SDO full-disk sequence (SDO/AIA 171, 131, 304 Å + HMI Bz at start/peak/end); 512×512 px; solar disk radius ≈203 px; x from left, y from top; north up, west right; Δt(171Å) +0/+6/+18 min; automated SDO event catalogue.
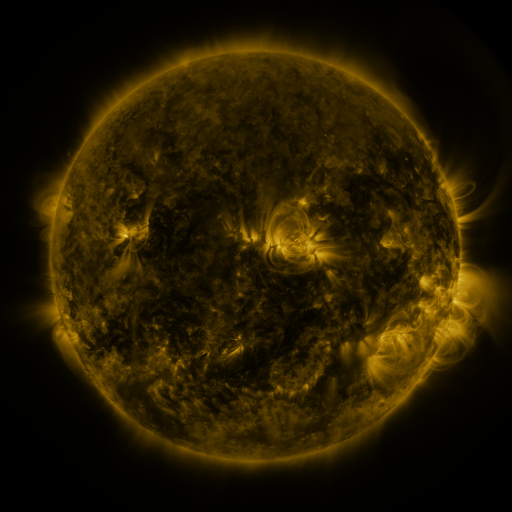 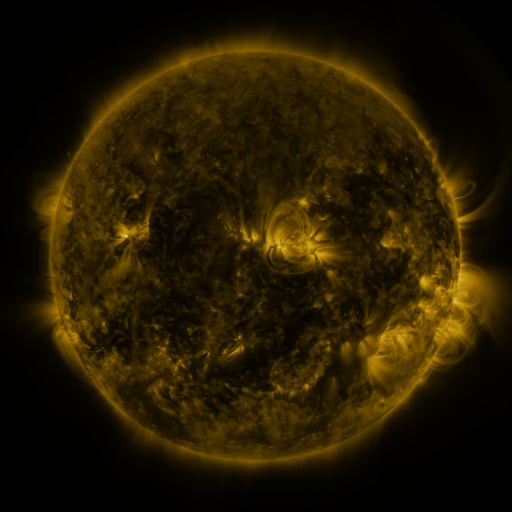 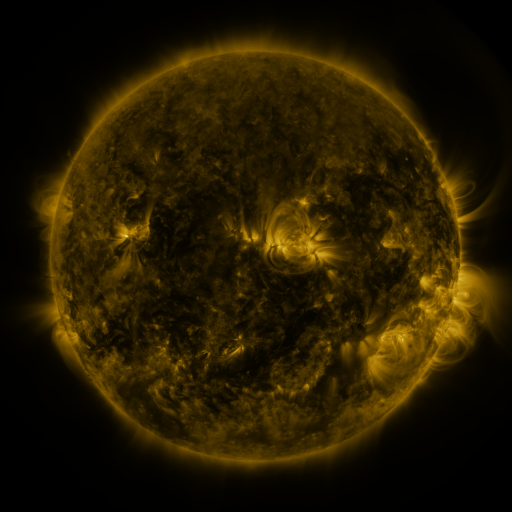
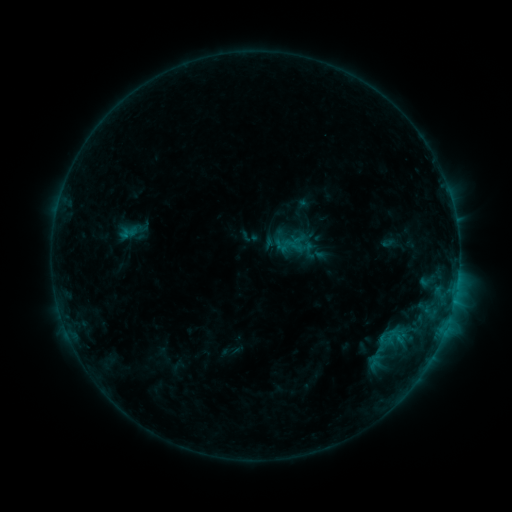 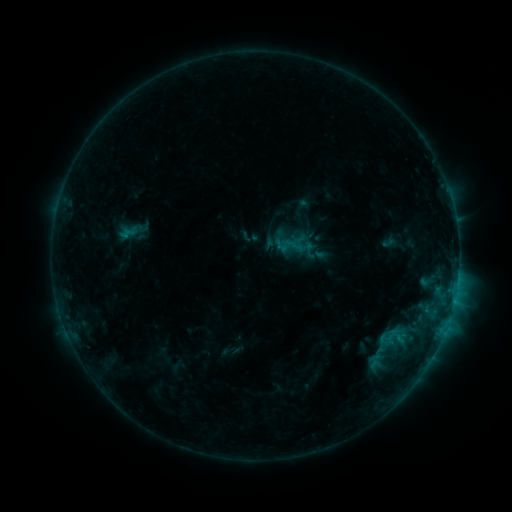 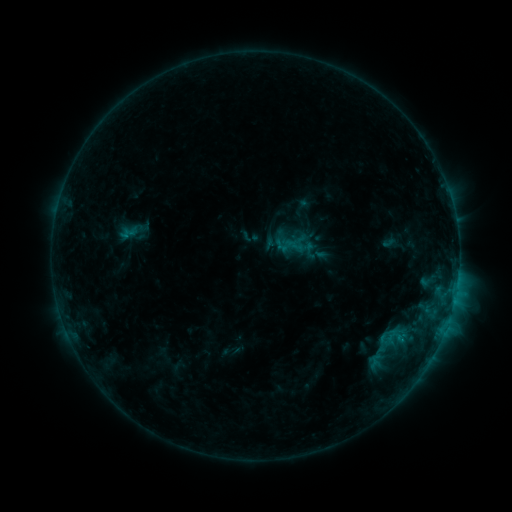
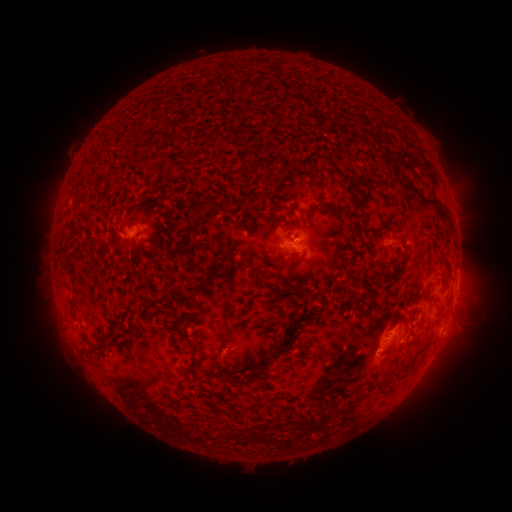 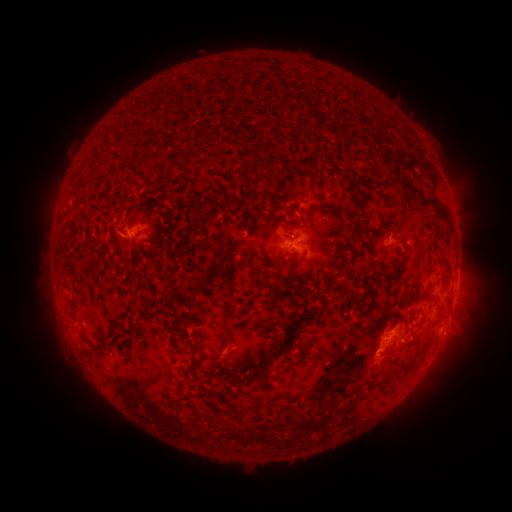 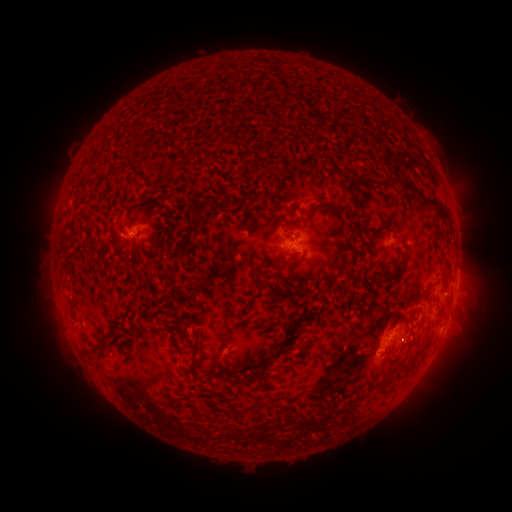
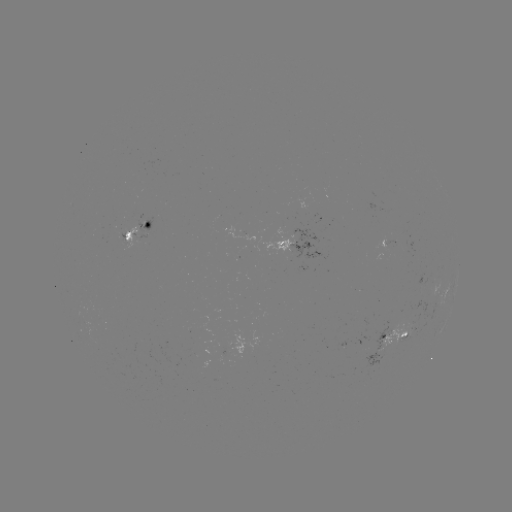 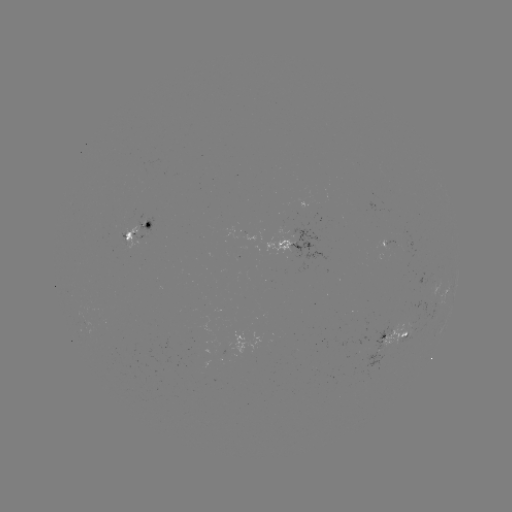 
nothing was catalogued: no classed flare, no EUV trigger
